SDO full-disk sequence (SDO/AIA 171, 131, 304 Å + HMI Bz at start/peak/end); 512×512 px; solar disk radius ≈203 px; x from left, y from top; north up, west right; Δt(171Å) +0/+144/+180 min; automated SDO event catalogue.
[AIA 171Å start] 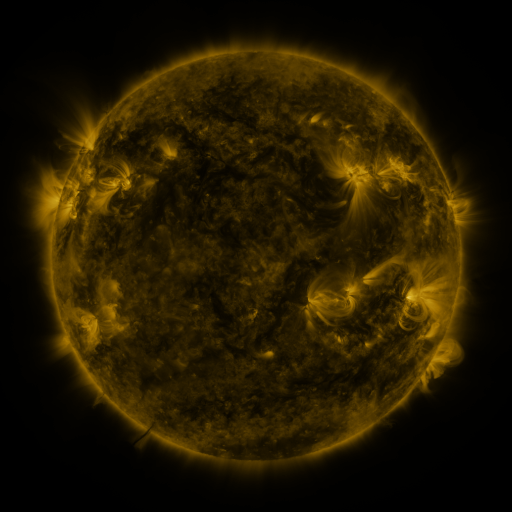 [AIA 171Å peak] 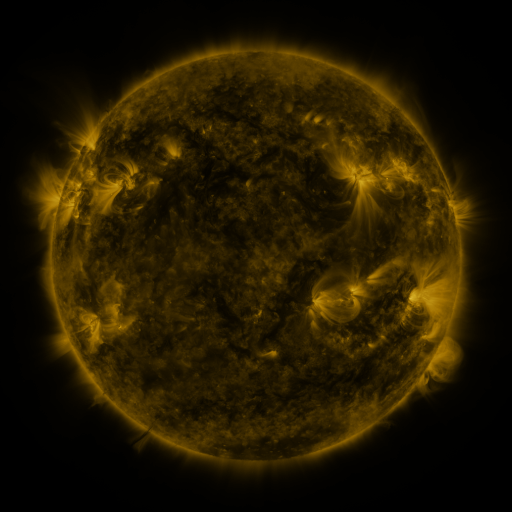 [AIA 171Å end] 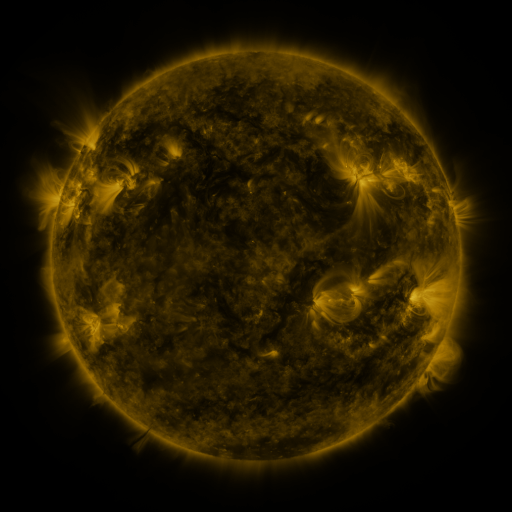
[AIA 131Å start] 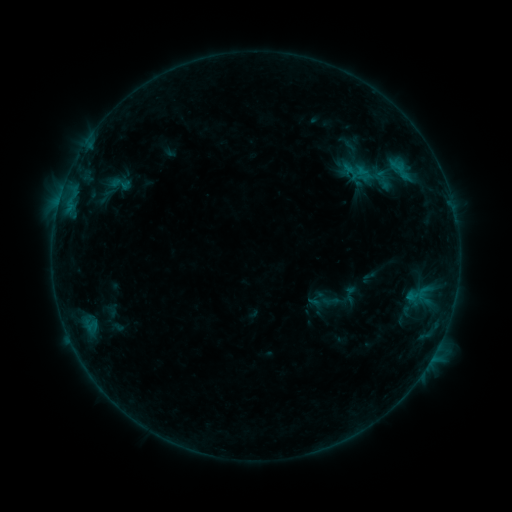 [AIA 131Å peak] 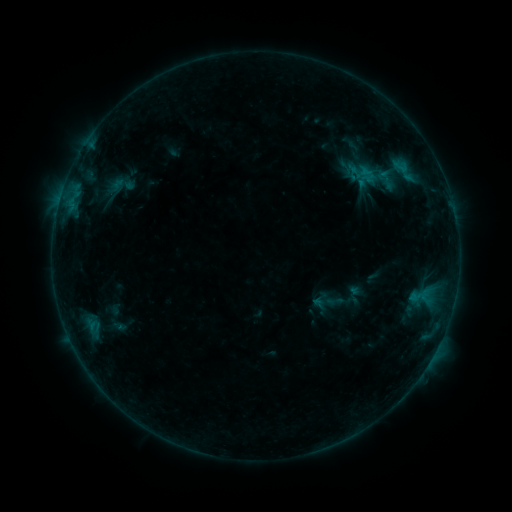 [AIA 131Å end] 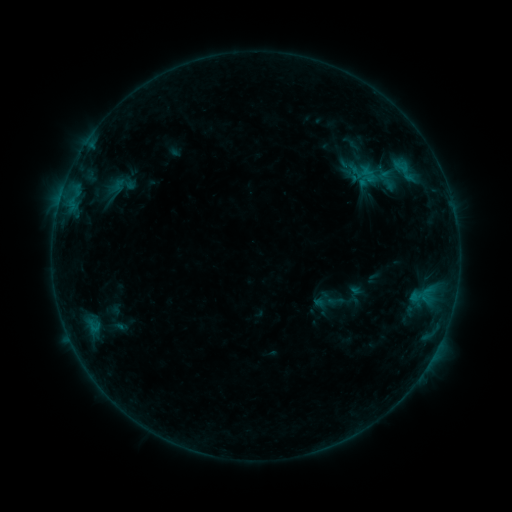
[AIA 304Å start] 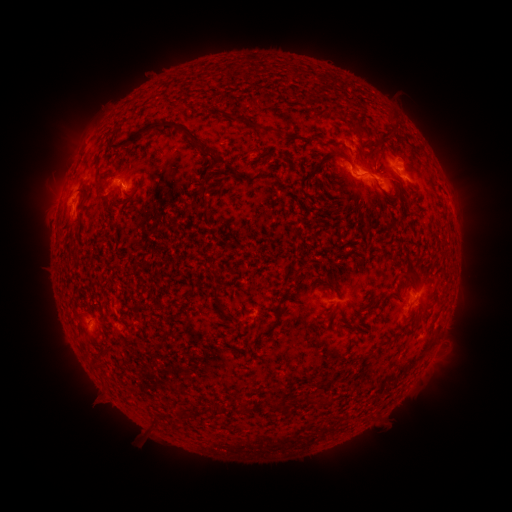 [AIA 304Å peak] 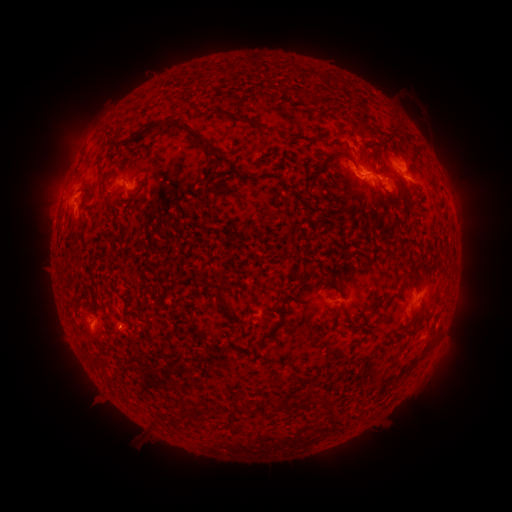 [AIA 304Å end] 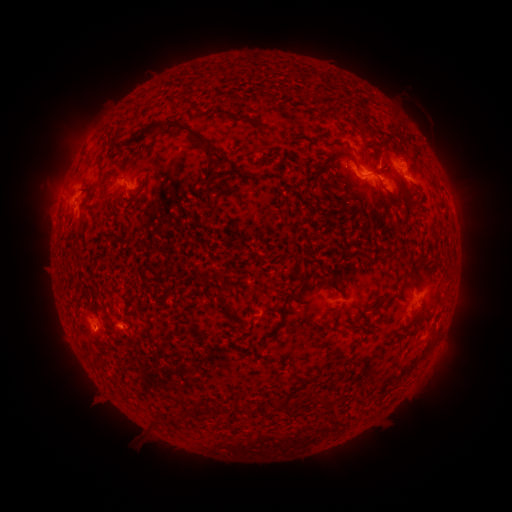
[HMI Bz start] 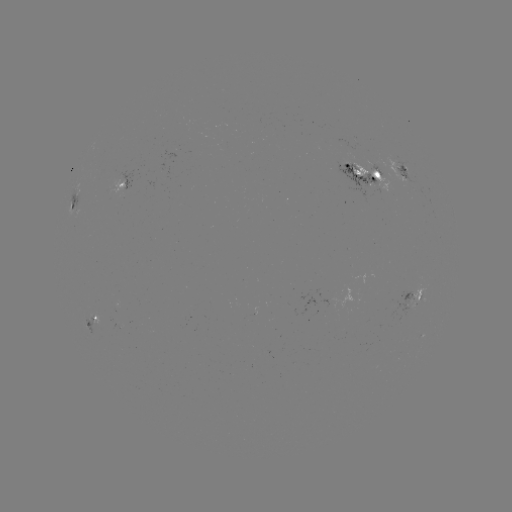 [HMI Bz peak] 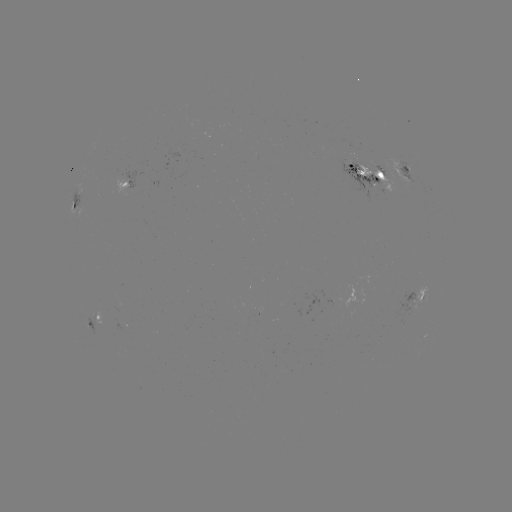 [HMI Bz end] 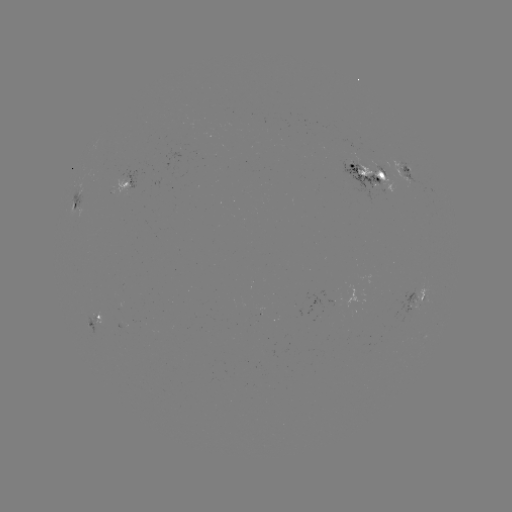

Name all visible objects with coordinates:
emerging-flux region: (121, 325)
